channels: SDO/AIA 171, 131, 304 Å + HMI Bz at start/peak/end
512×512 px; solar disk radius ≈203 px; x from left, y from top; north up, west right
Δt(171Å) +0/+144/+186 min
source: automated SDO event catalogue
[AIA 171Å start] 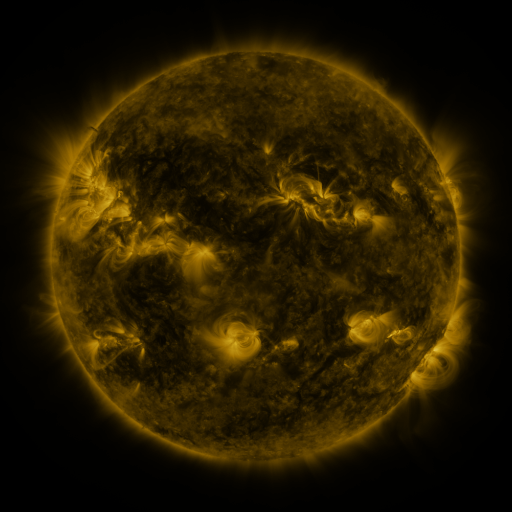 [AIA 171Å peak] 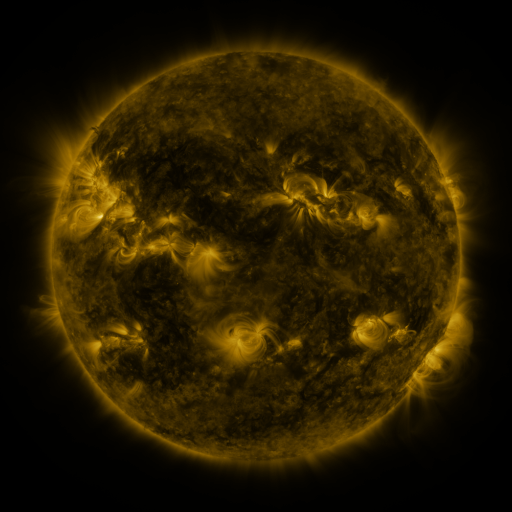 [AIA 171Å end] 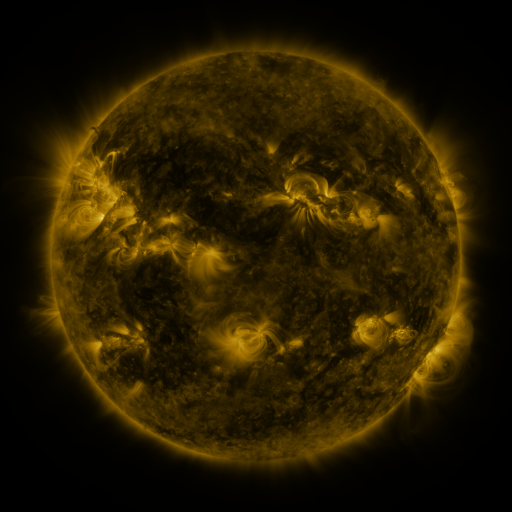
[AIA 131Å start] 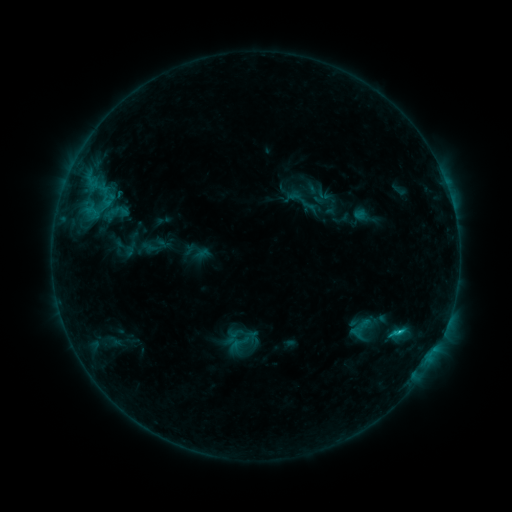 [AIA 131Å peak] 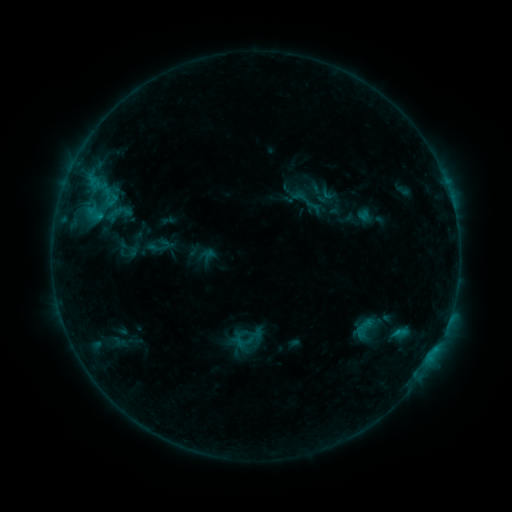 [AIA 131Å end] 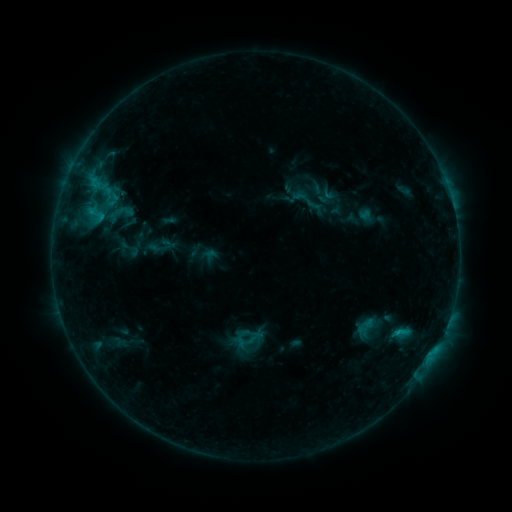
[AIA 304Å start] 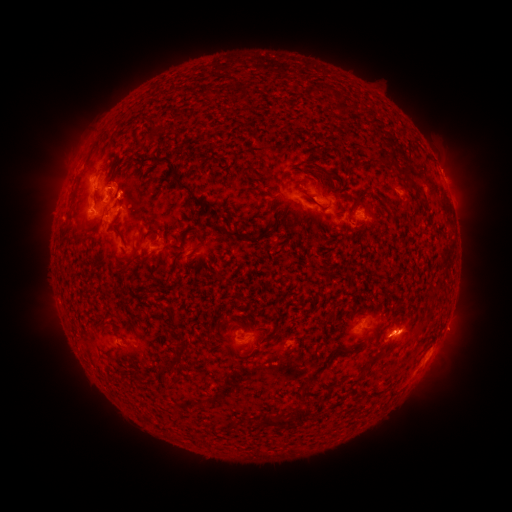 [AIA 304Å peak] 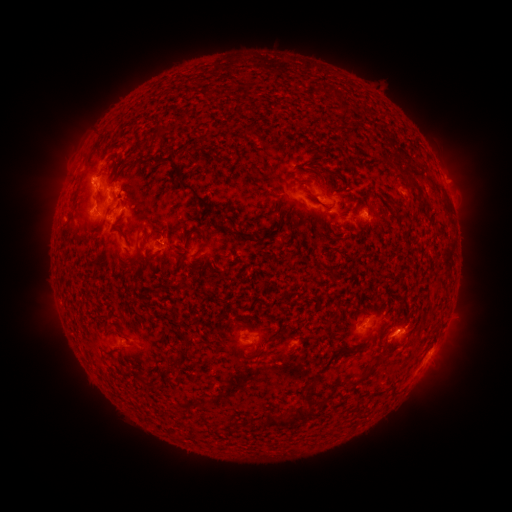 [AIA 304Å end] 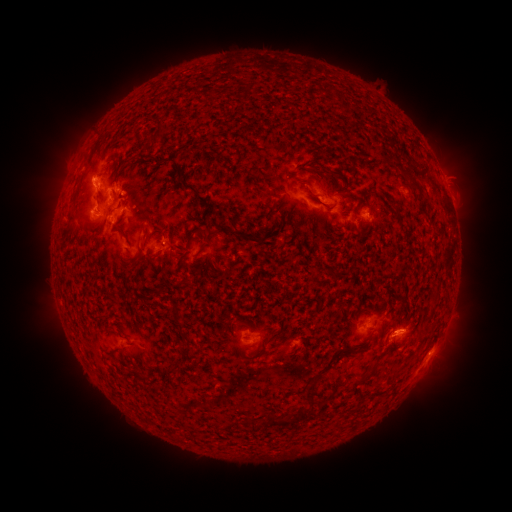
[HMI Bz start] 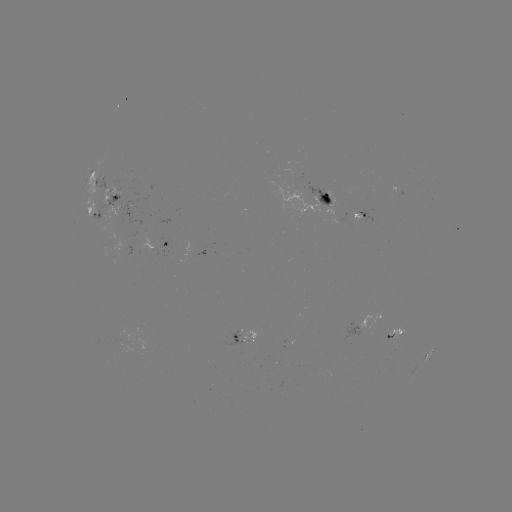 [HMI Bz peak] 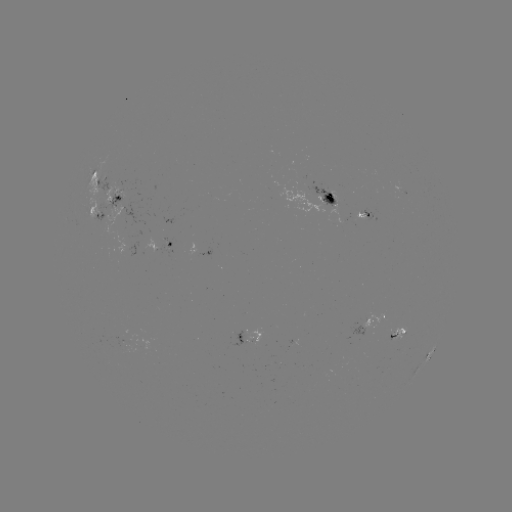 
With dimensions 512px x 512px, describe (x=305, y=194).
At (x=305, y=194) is emerging-flux region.